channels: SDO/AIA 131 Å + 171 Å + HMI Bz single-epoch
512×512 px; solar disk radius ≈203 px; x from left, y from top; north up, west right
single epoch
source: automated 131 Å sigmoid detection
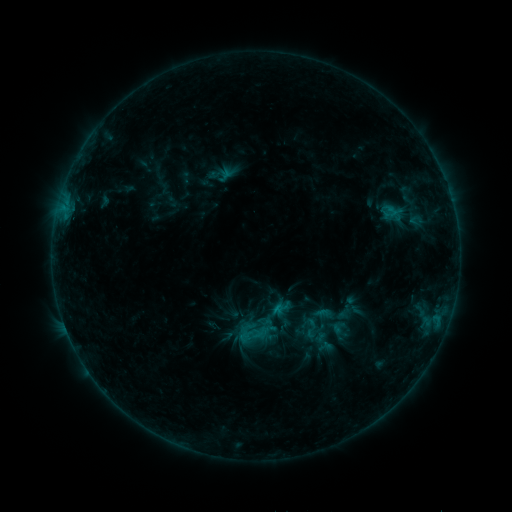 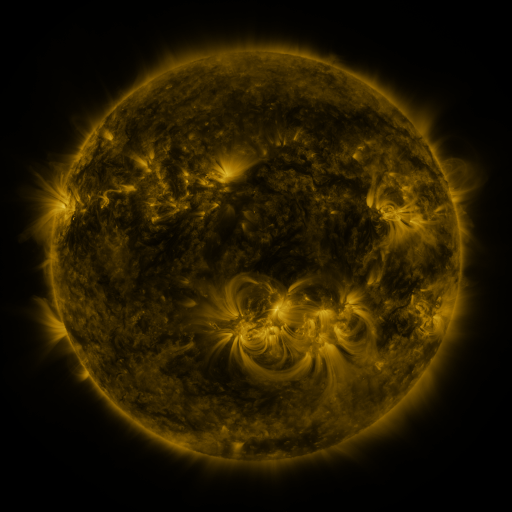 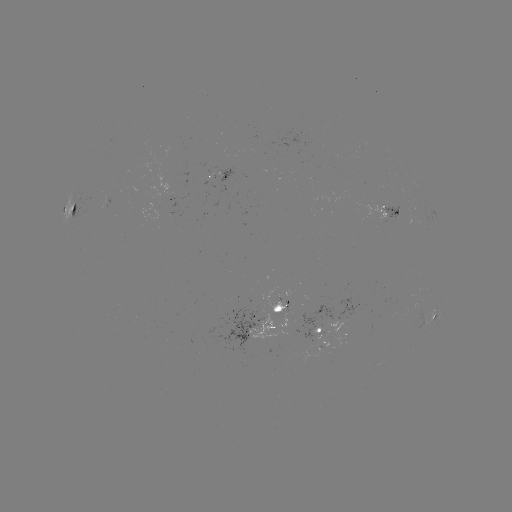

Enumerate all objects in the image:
sigmoid: (297, 315, 324, 342)
